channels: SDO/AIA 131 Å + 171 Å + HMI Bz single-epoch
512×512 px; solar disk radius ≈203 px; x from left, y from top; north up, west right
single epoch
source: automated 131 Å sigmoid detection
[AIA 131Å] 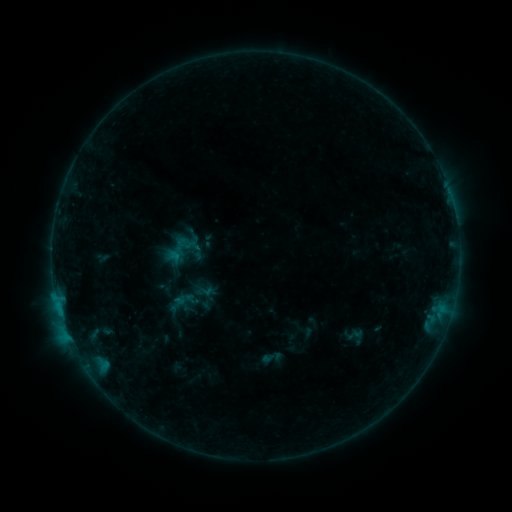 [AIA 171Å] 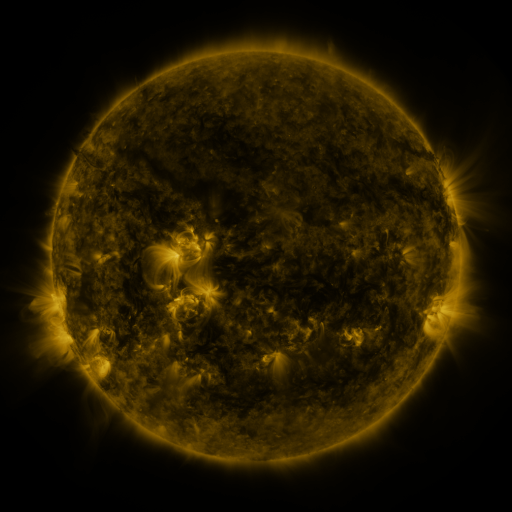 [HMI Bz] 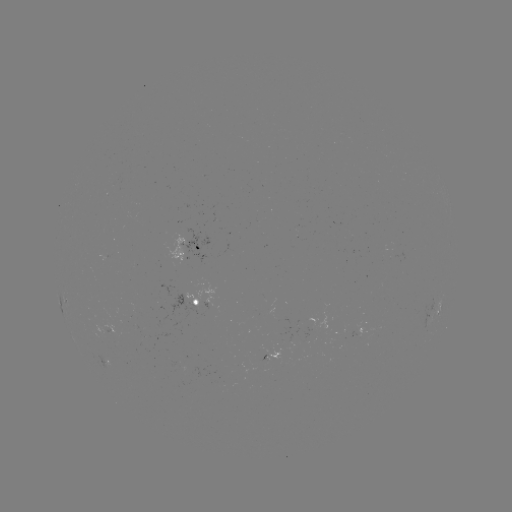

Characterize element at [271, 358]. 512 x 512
sigmoid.